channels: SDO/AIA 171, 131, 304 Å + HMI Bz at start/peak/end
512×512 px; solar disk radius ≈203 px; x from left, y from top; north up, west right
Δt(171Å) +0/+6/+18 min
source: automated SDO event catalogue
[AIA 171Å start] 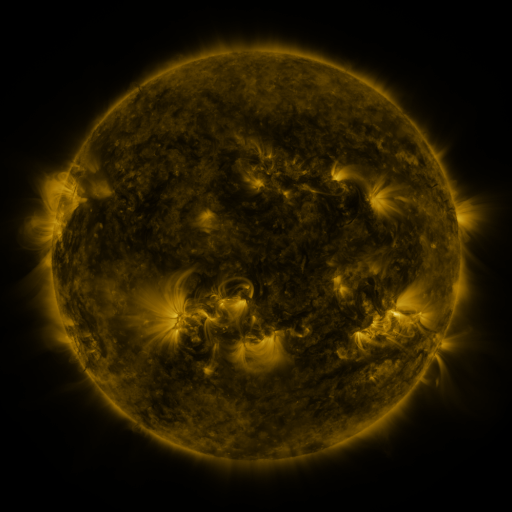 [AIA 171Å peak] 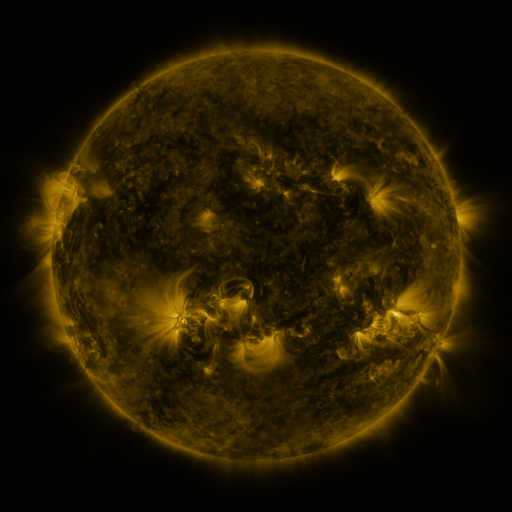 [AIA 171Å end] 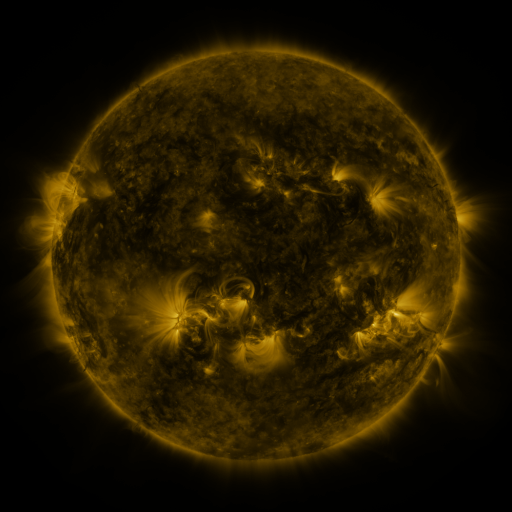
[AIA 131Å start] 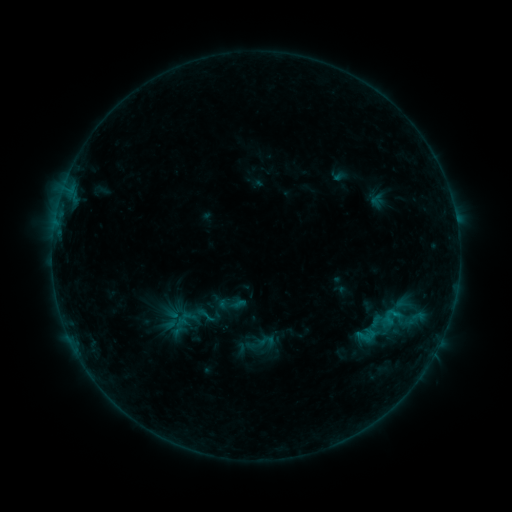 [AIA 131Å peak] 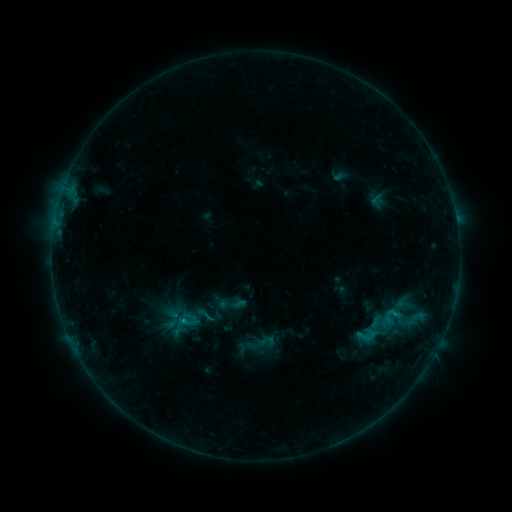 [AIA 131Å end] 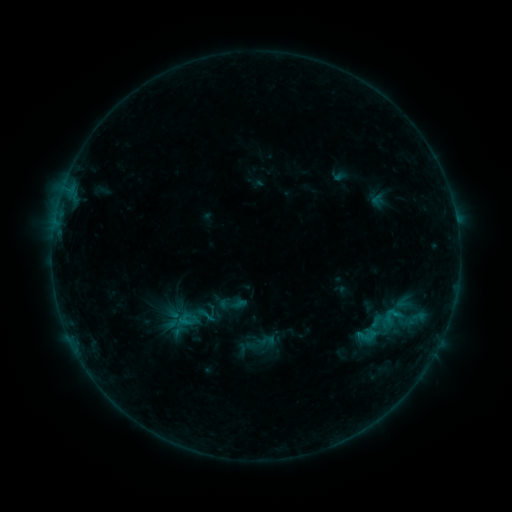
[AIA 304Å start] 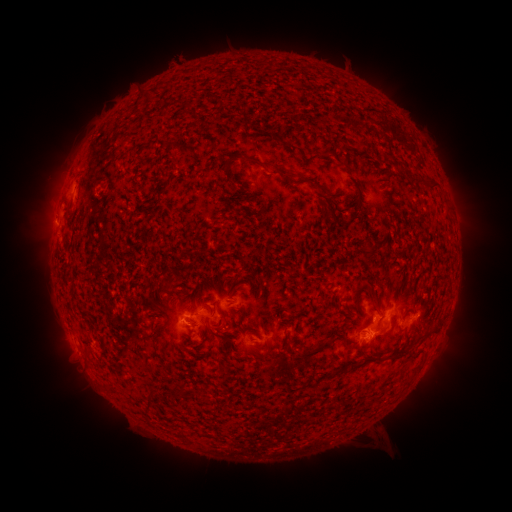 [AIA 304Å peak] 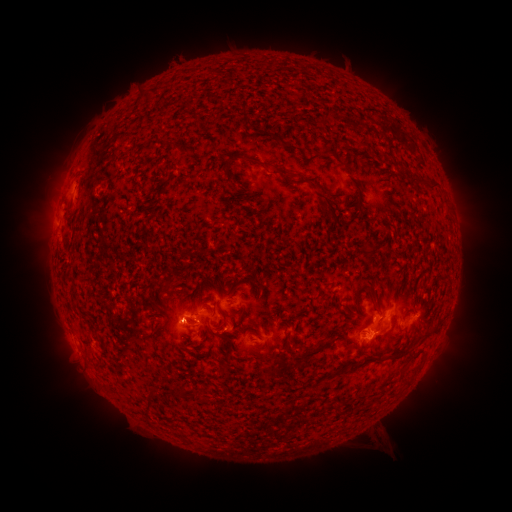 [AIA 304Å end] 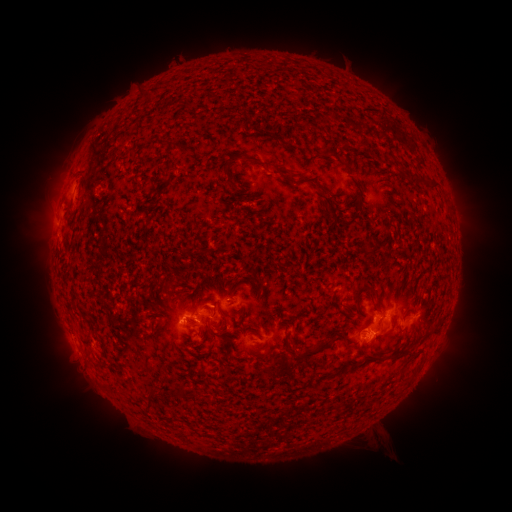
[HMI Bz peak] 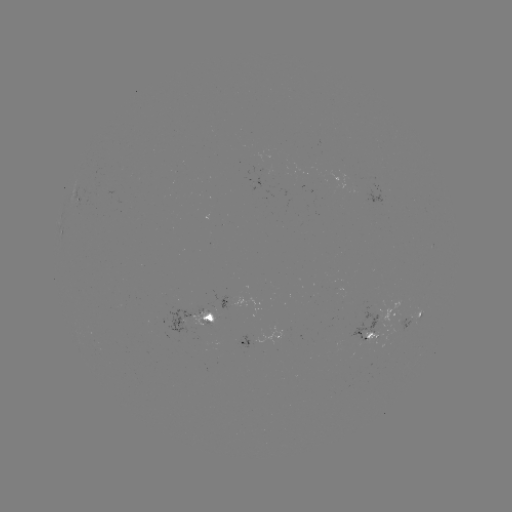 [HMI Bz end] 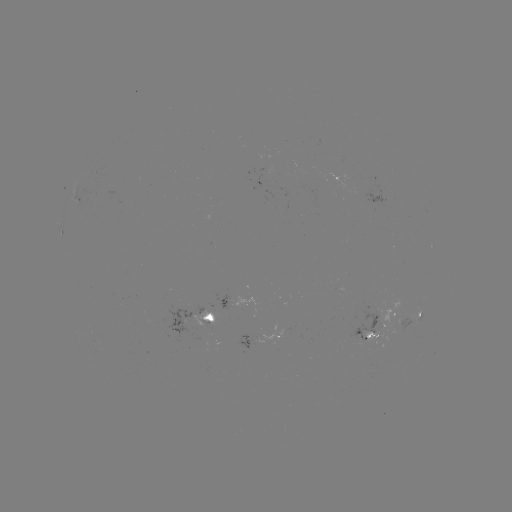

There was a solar flare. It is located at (182, 320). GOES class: B7.6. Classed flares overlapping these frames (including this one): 2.